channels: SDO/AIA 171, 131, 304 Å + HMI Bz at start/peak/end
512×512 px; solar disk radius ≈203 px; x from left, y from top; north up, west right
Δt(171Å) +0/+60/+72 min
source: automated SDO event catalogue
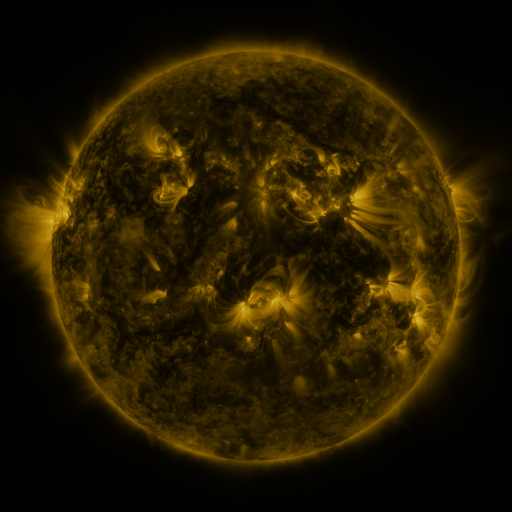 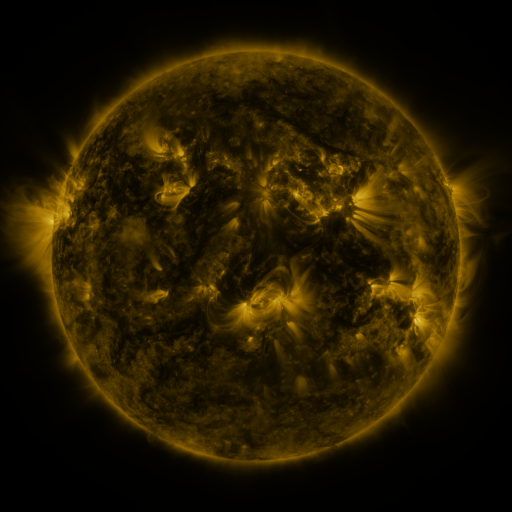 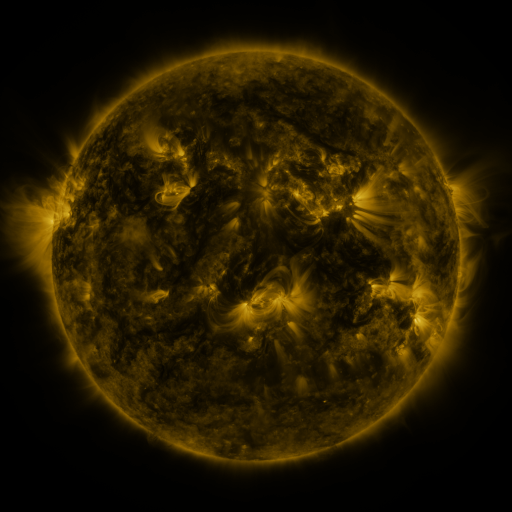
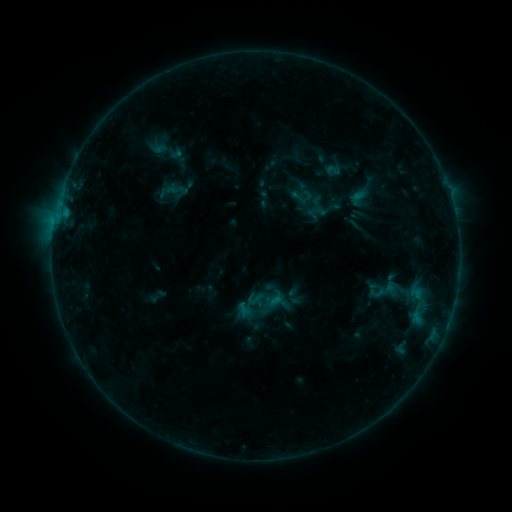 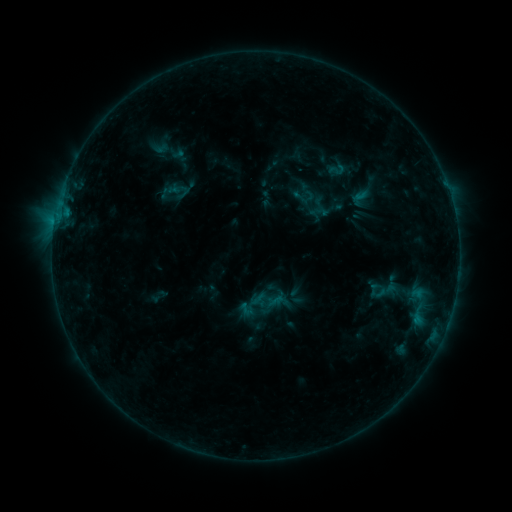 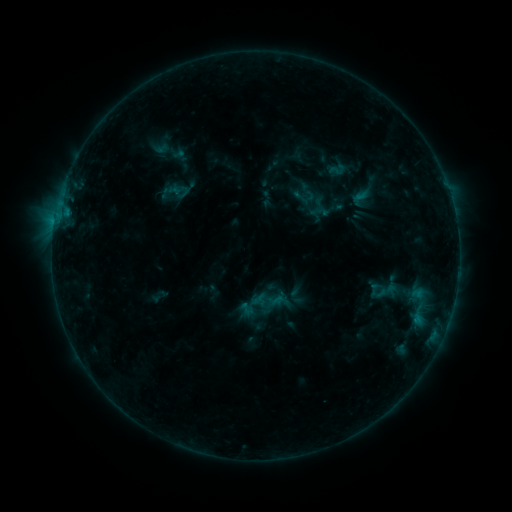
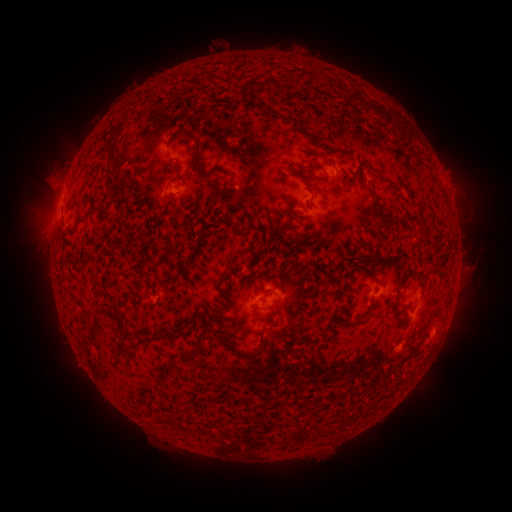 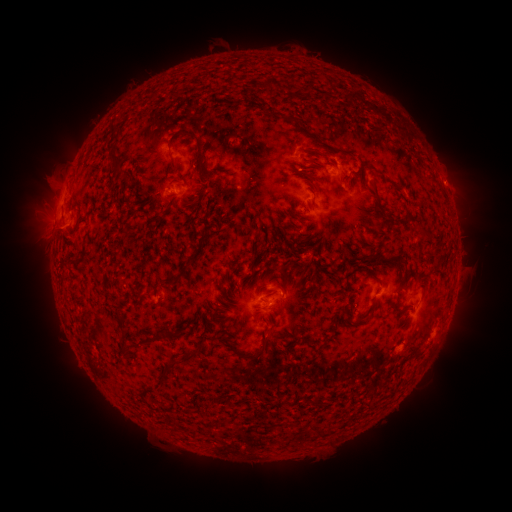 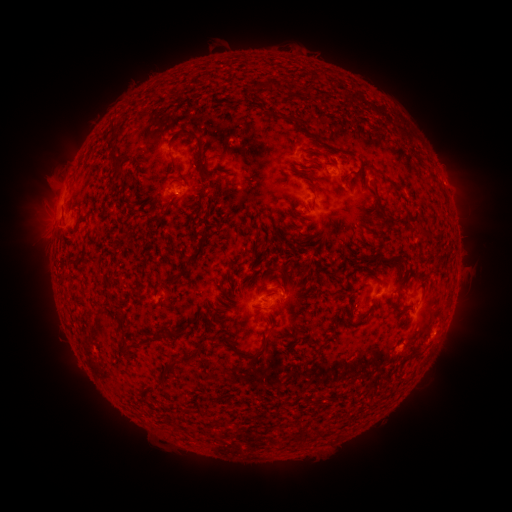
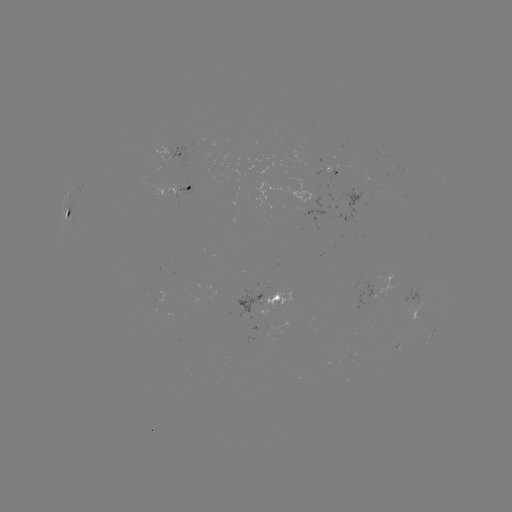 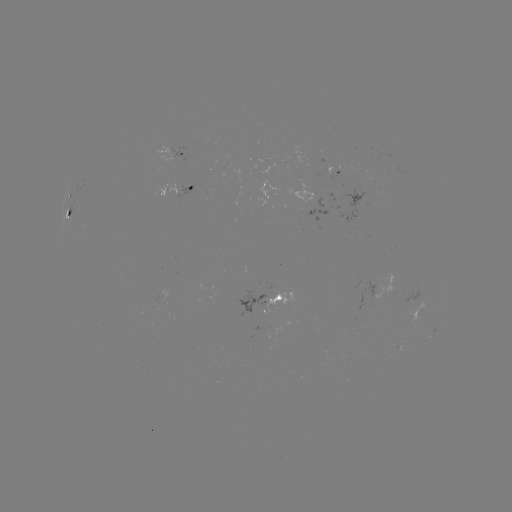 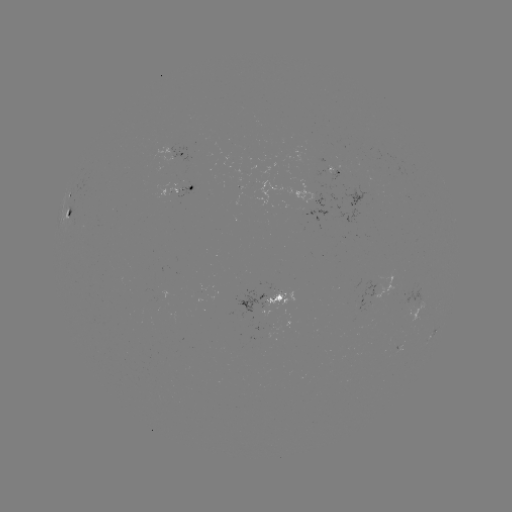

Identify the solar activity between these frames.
emerging-flux region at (165, 190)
